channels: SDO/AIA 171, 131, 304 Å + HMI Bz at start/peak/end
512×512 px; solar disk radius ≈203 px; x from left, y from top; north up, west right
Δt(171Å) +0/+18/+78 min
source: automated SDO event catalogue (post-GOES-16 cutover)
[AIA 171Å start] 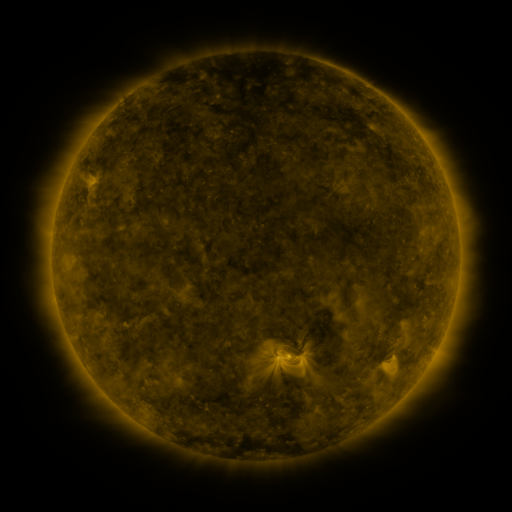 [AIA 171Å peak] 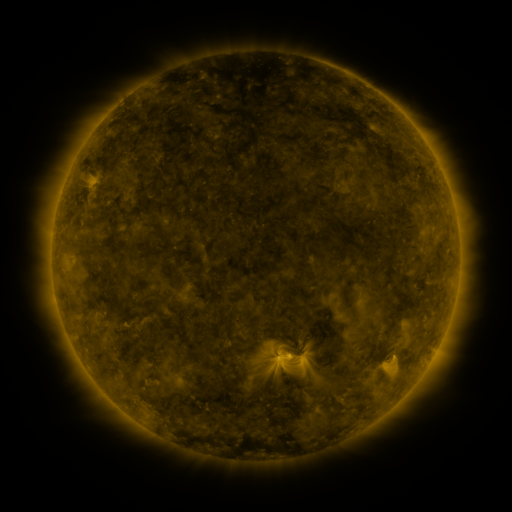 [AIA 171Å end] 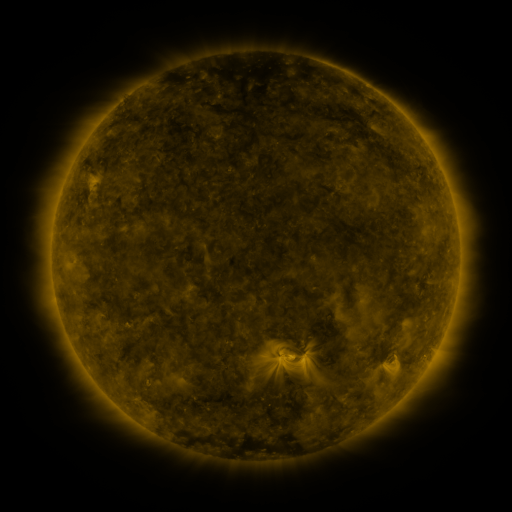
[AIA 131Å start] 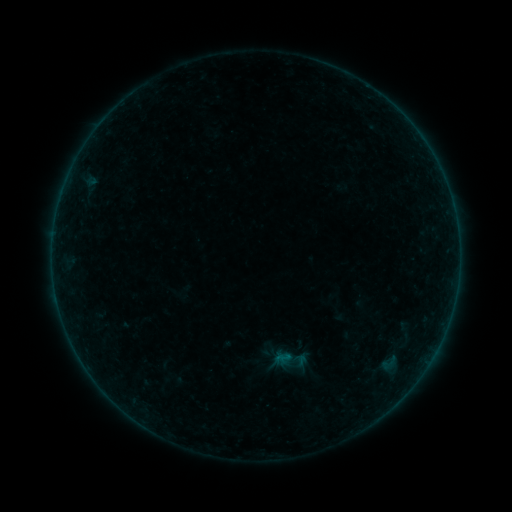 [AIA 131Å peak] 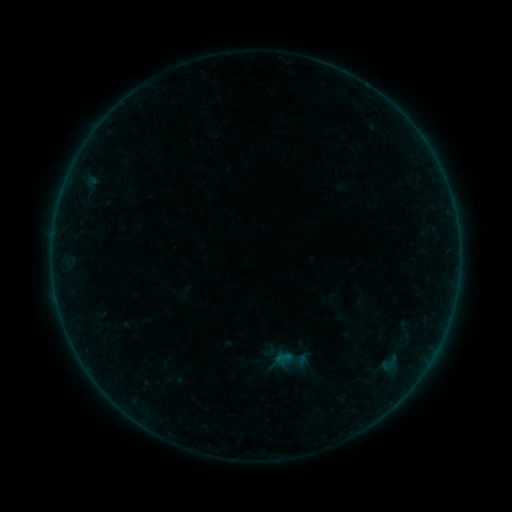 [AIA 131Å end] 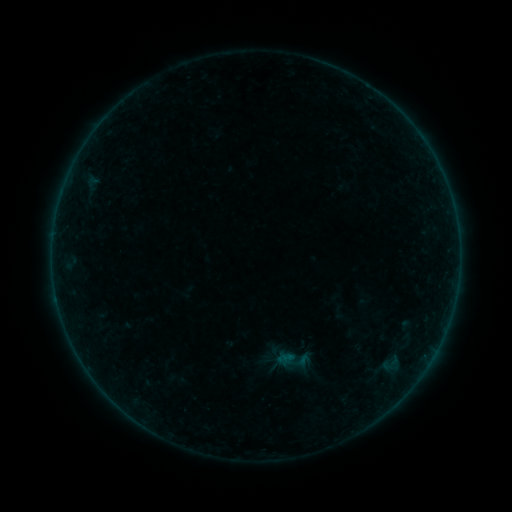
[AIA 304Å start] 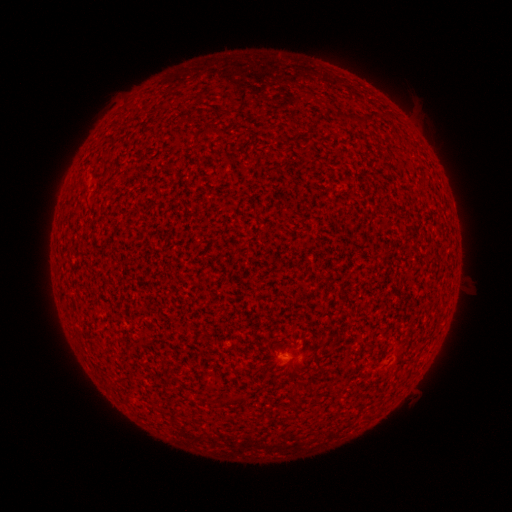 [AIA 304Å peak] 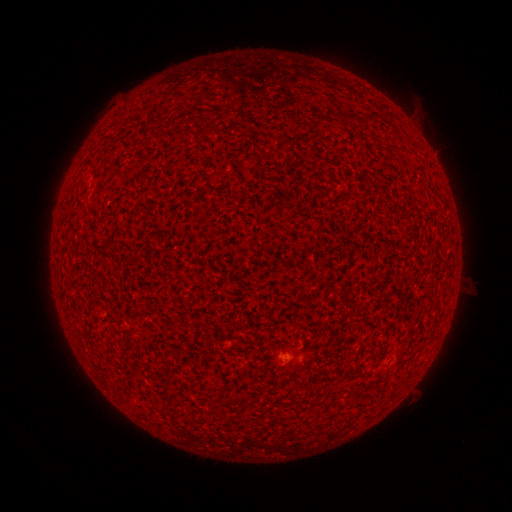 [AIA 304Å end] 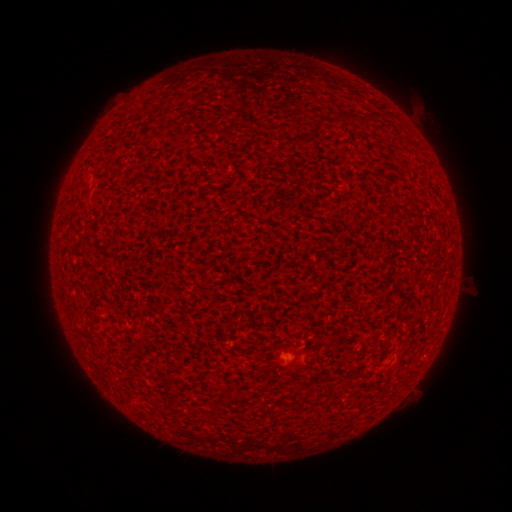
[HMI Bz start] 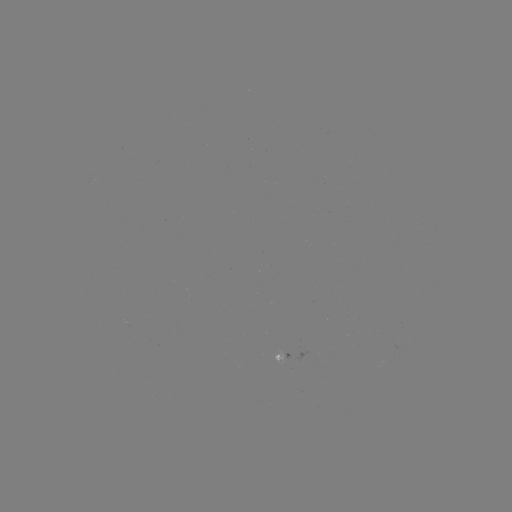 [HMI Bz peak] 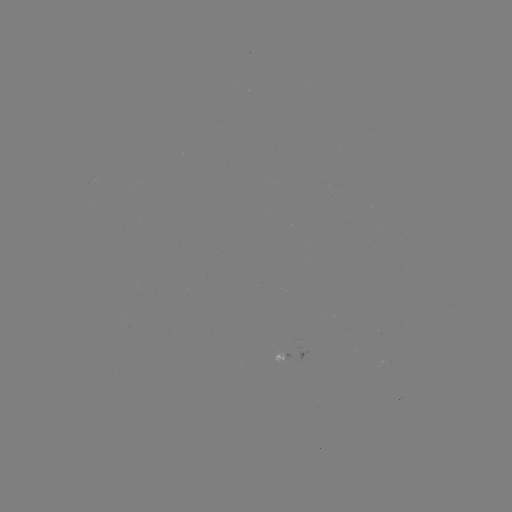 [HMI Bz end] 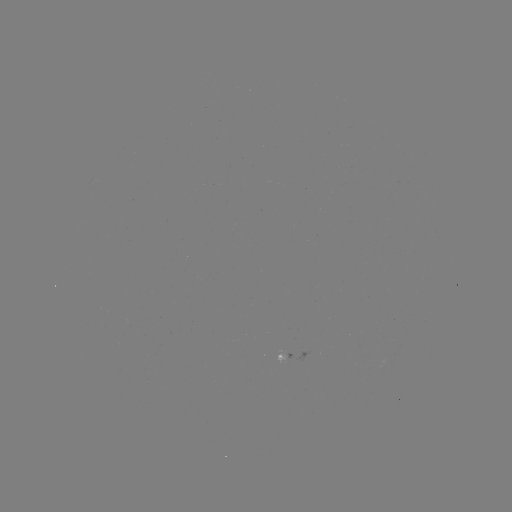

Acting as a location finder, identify A3.2 flare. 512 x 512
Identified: (291, 360).